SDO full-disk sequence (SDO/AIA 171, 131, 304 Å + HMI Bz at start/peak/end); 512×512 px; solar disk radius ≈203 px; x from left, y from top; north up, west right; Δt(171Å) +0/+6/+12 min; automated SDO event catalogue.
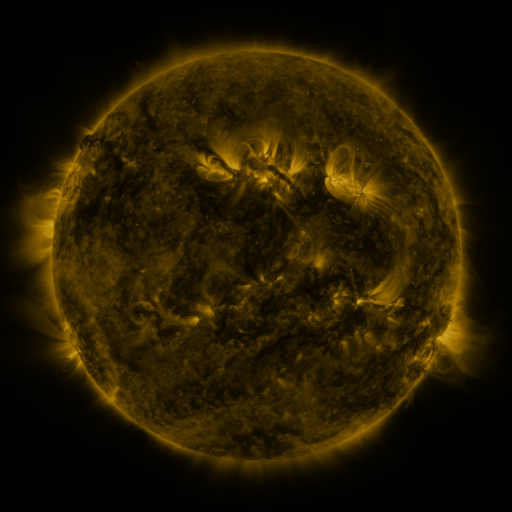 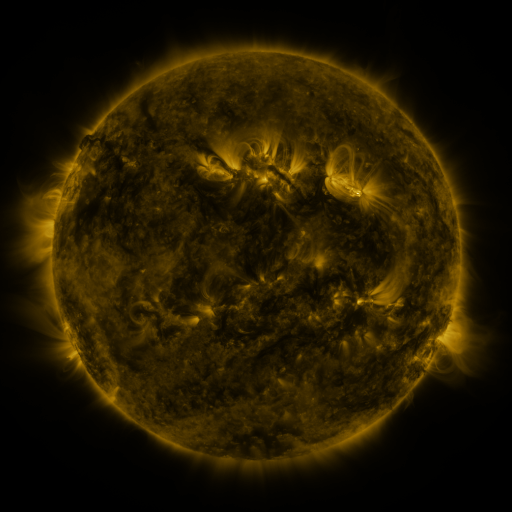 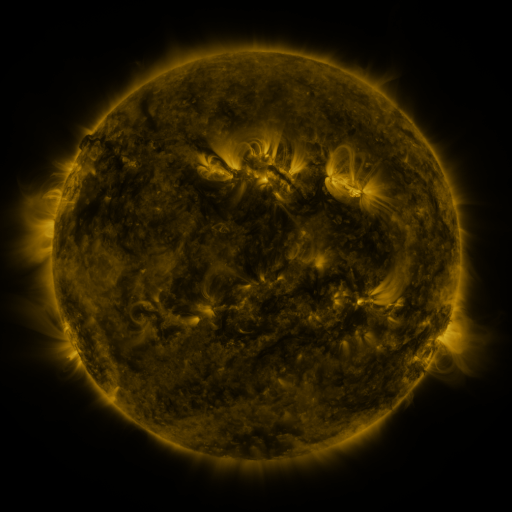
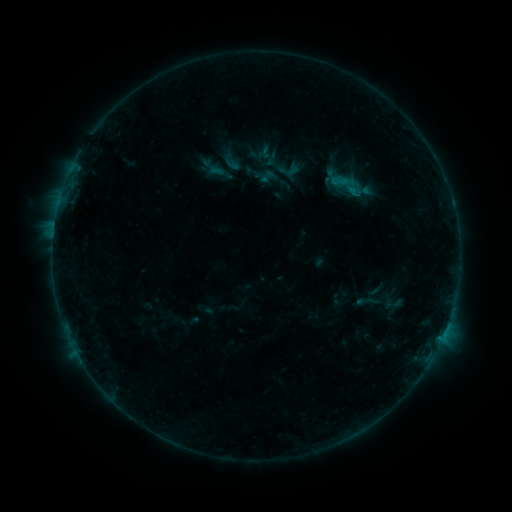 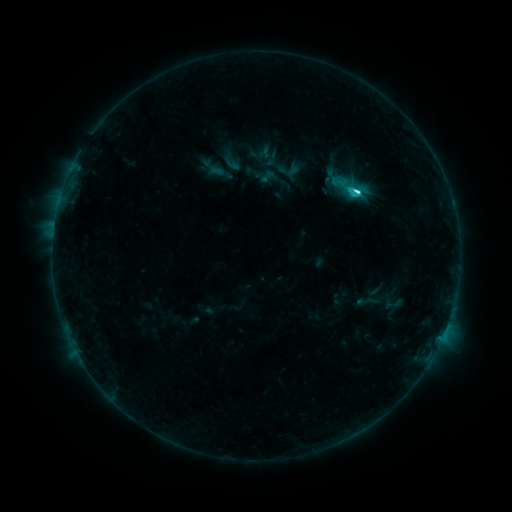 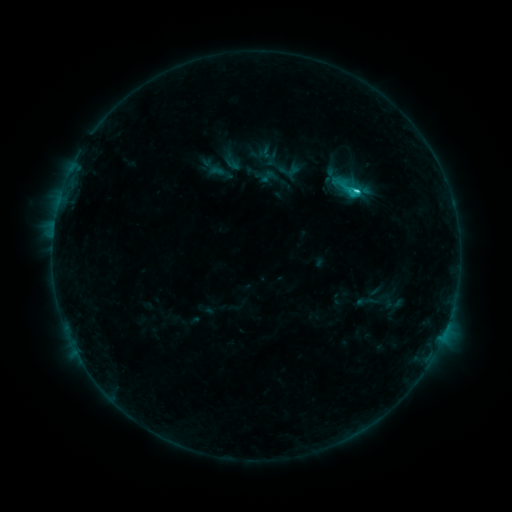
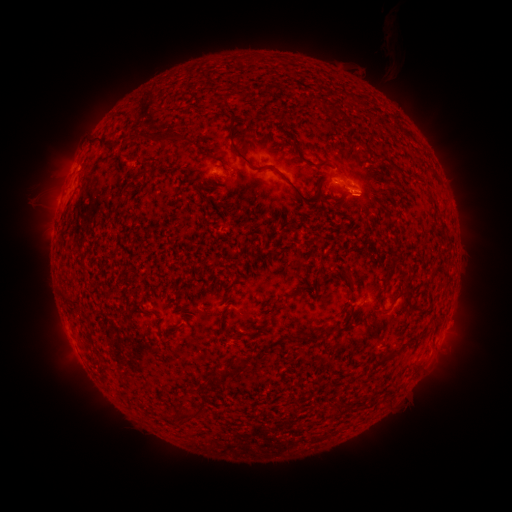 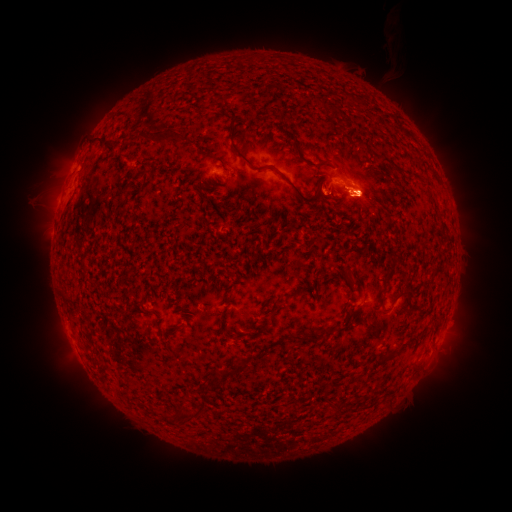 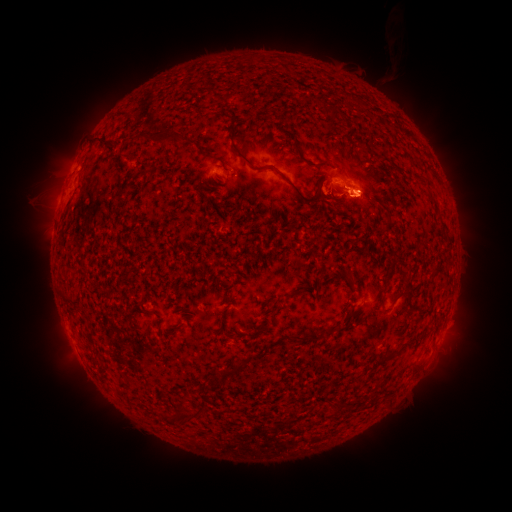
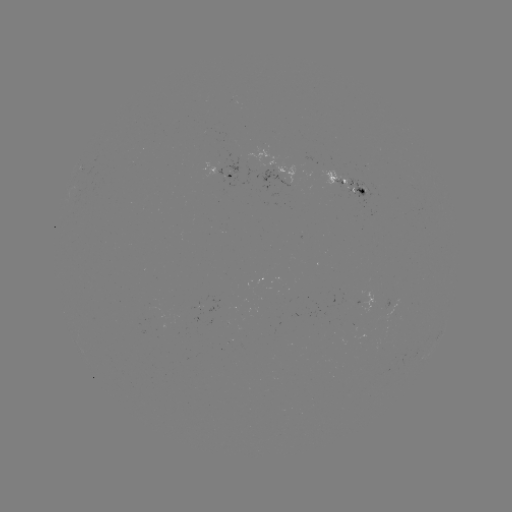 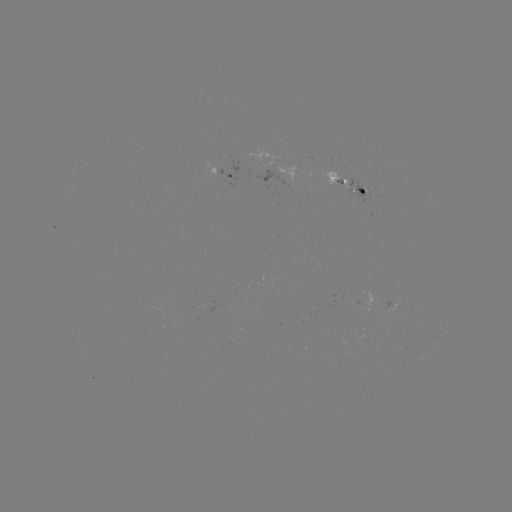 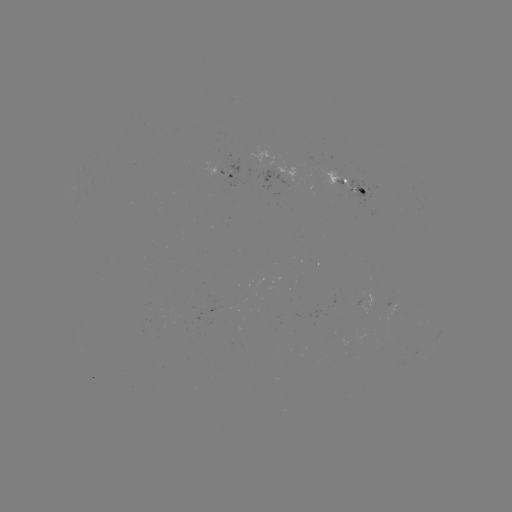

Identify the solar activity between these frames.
C3.1 flare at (355, 195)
